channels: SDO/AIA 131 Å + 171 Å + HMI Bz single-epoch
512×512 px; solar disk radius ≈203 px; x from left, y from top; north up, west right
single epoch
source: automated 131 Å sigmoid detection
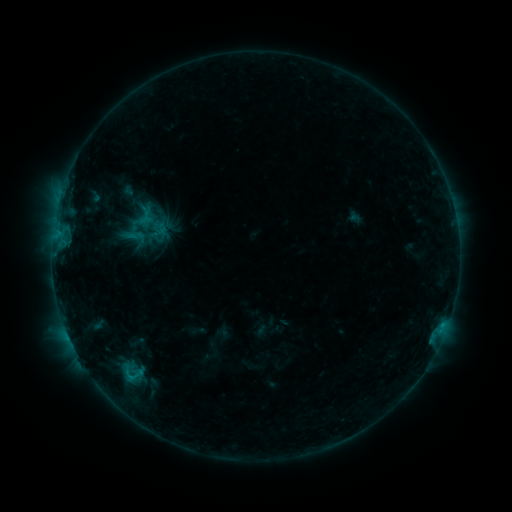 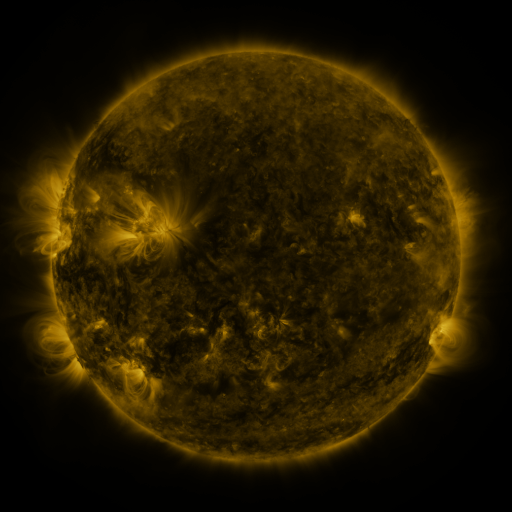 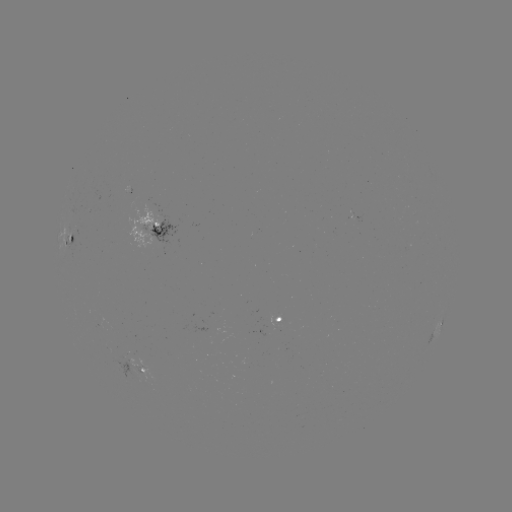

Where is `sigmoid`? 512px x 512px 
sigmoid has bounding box [136, 207, 163, 237].